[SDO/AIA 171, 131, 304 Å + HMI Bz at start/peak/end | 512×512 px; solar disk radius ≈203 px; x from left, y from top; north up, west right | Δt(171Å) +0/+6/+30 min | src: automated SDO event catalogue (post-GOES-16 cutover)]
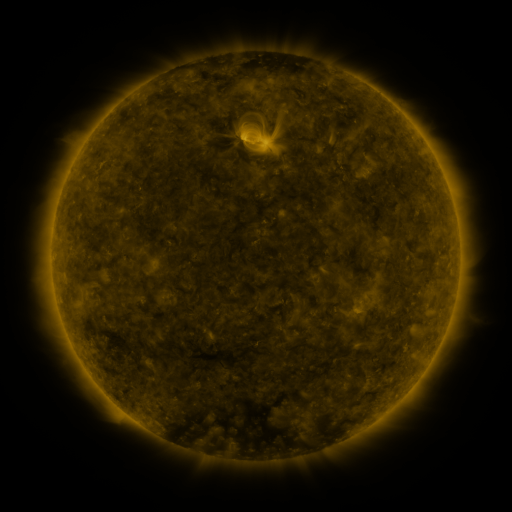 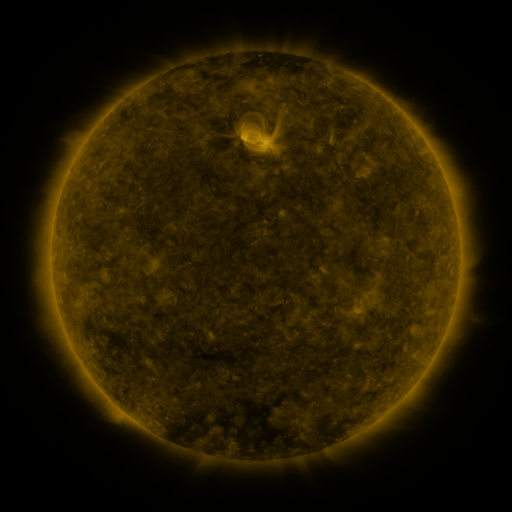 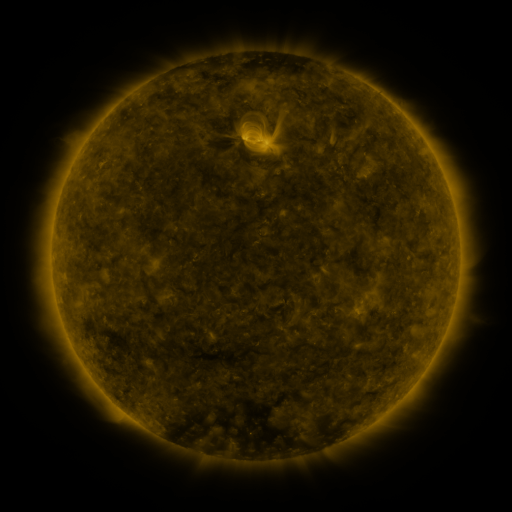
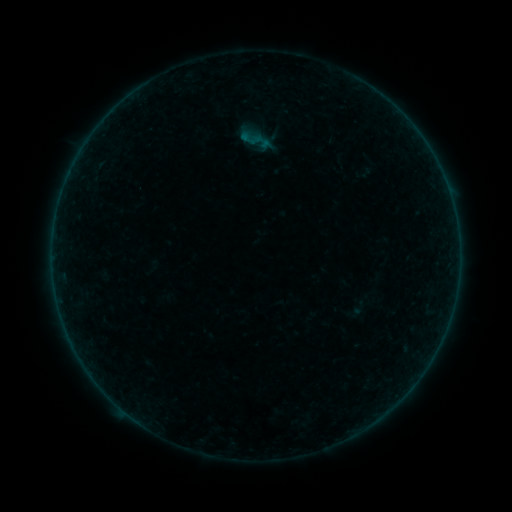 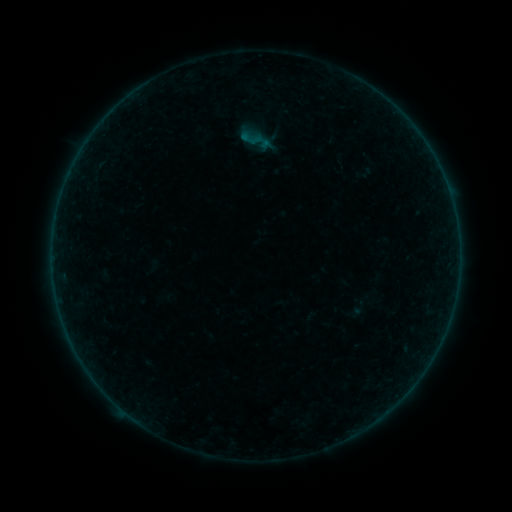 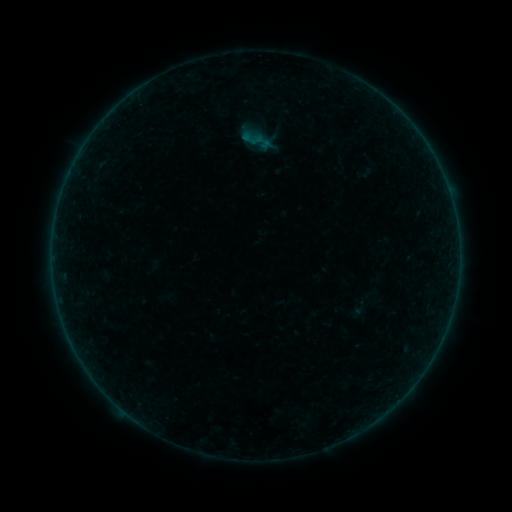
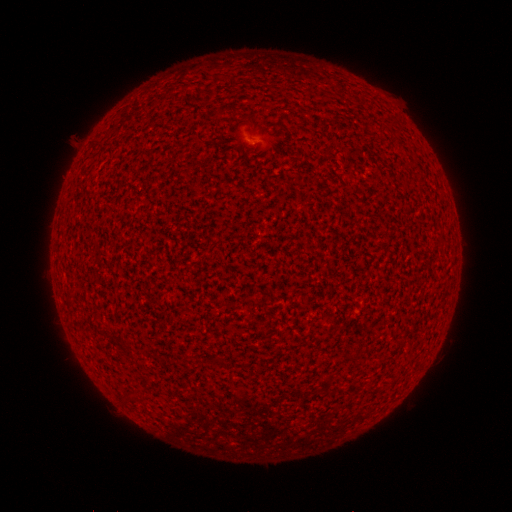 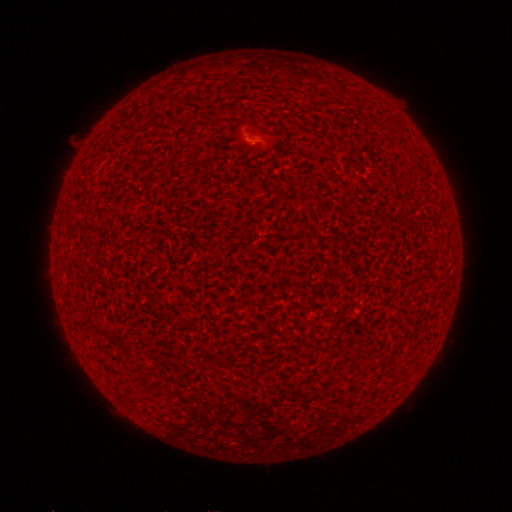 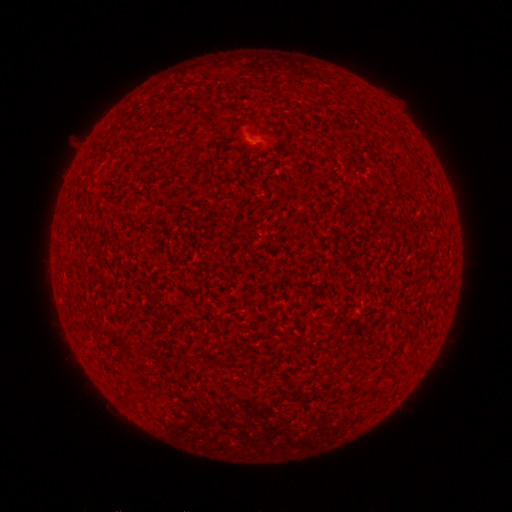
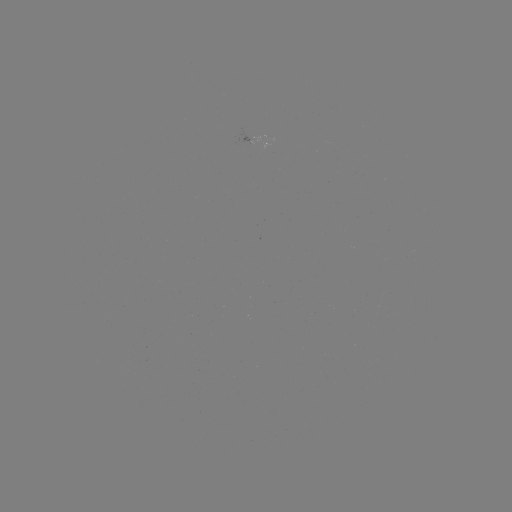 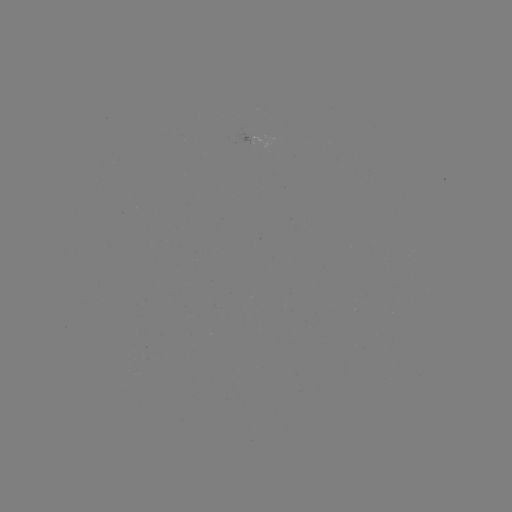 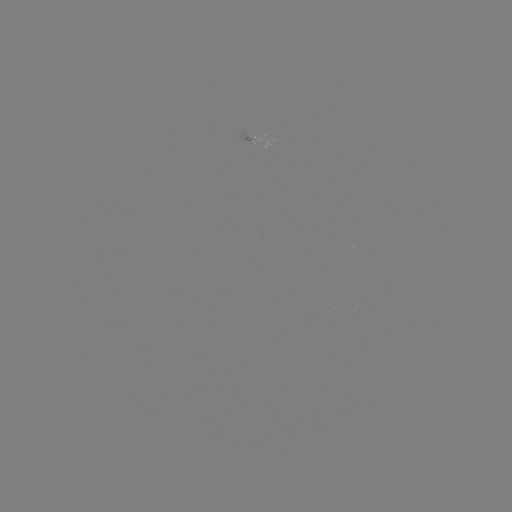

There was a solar flare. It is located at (252, 138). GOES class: A2.2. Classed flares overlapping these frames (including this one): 1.